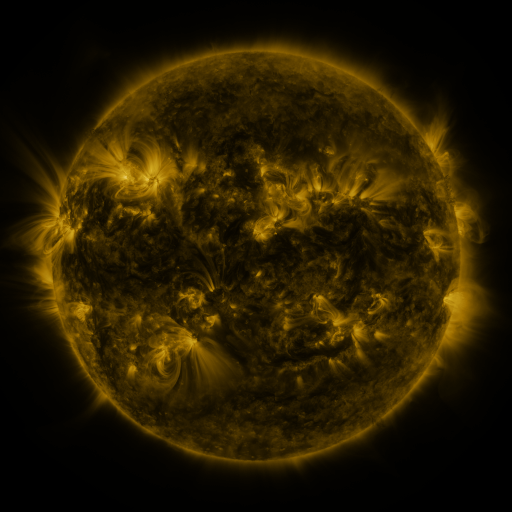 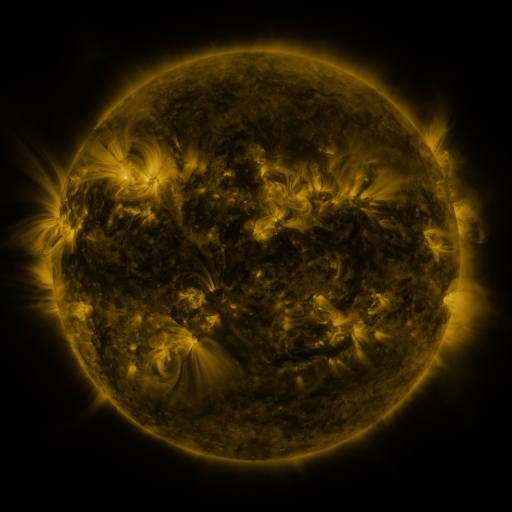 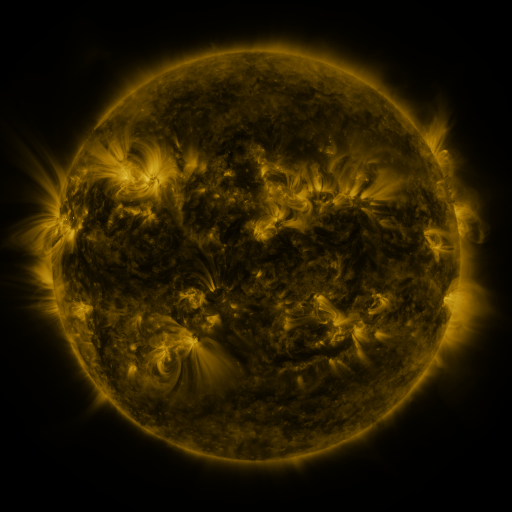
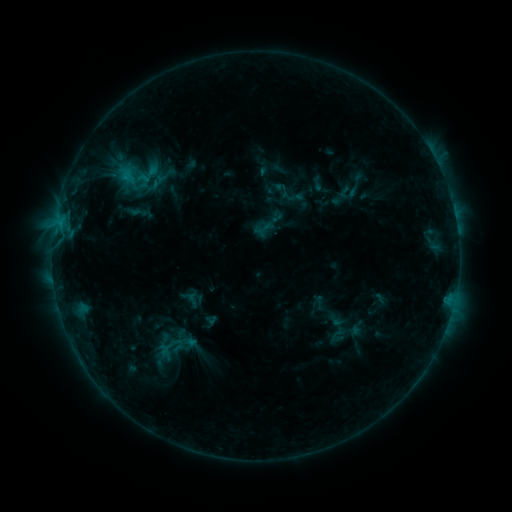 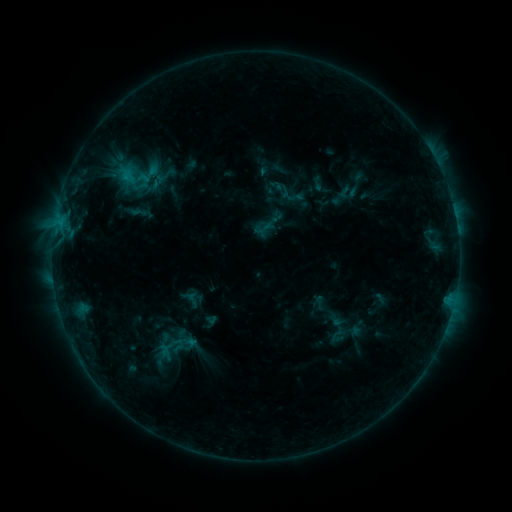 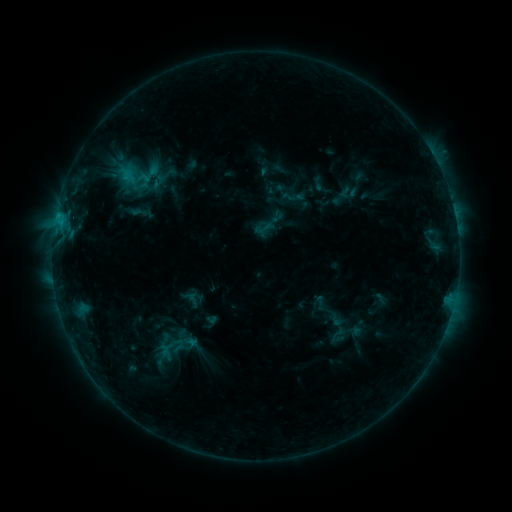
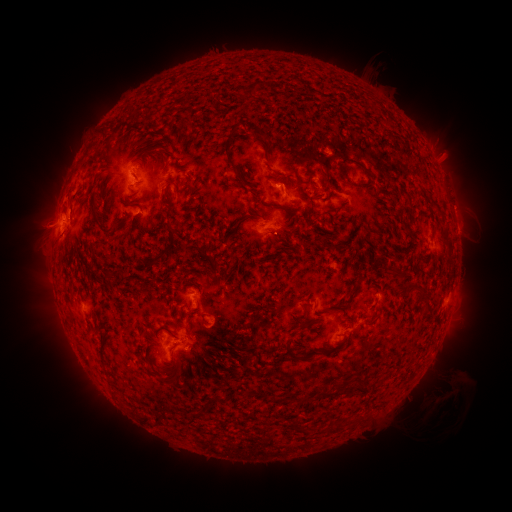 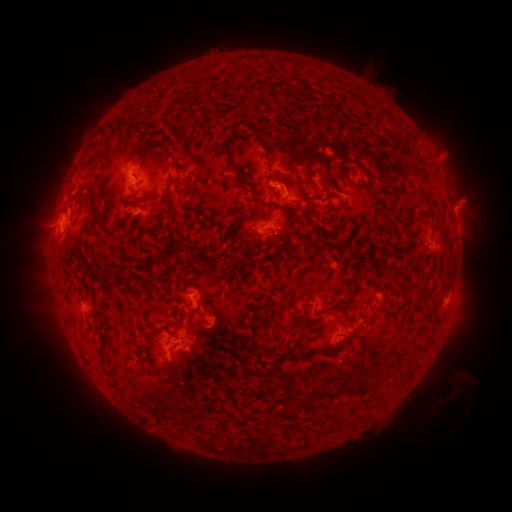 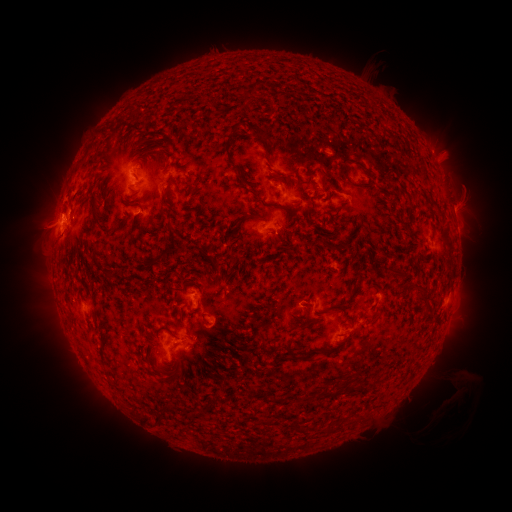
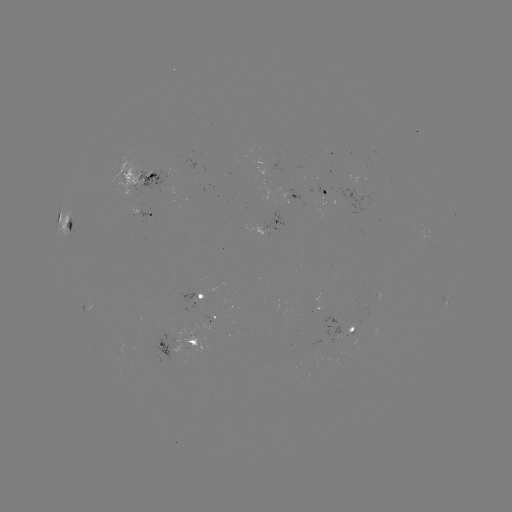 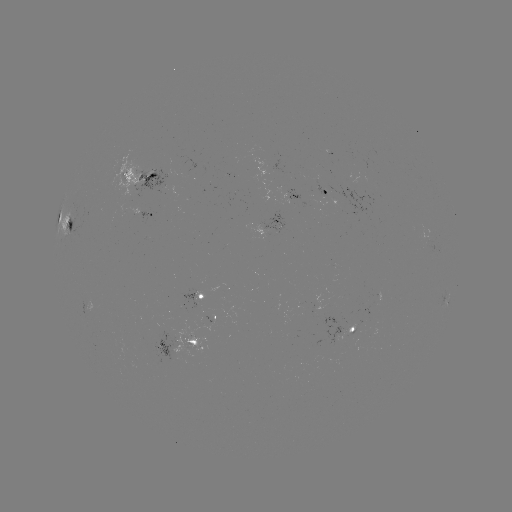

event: eruption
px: (470, 195)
